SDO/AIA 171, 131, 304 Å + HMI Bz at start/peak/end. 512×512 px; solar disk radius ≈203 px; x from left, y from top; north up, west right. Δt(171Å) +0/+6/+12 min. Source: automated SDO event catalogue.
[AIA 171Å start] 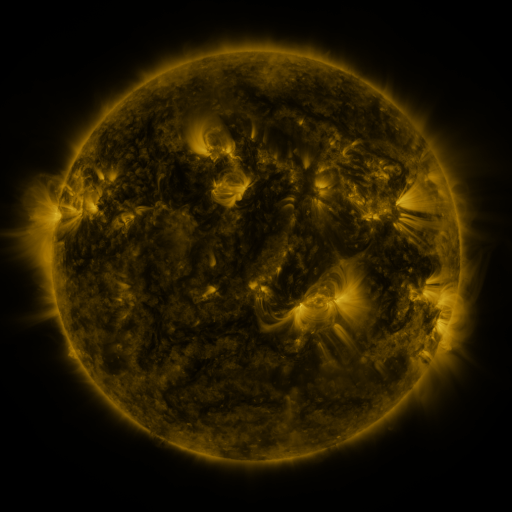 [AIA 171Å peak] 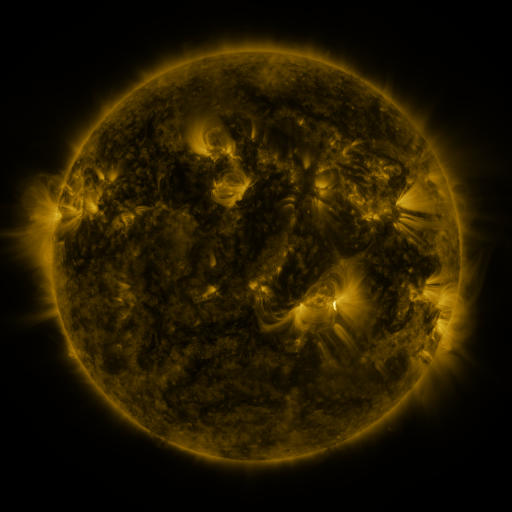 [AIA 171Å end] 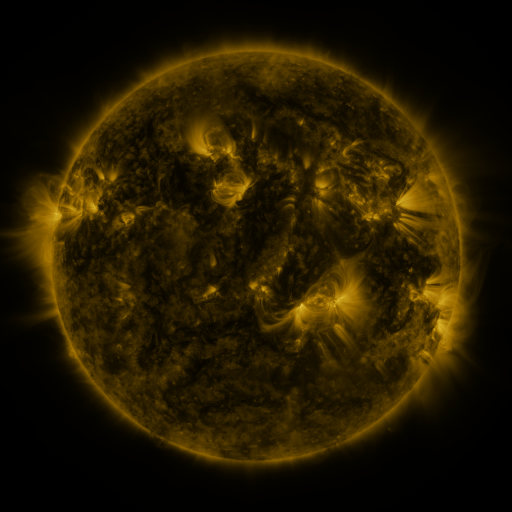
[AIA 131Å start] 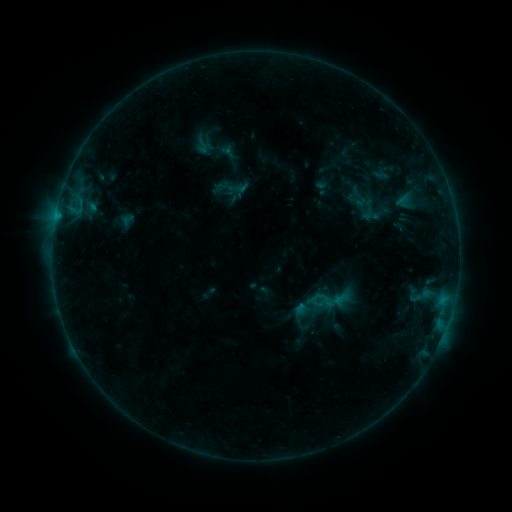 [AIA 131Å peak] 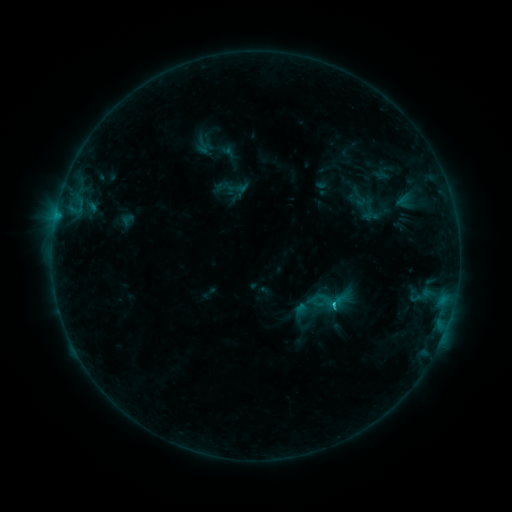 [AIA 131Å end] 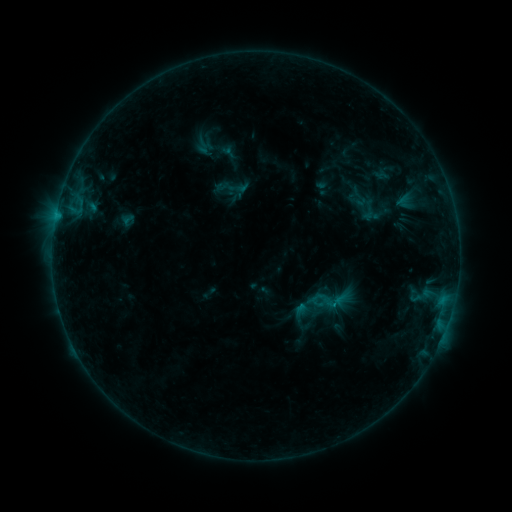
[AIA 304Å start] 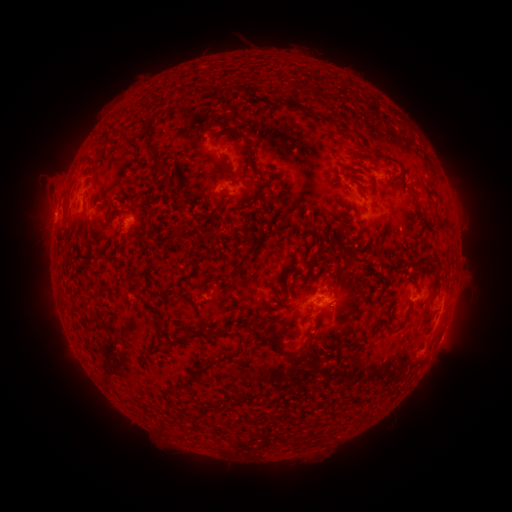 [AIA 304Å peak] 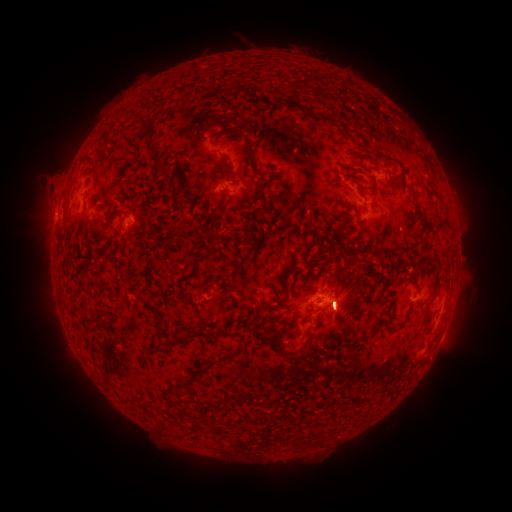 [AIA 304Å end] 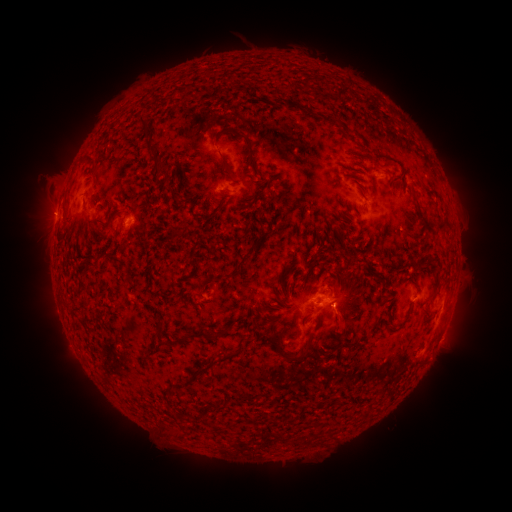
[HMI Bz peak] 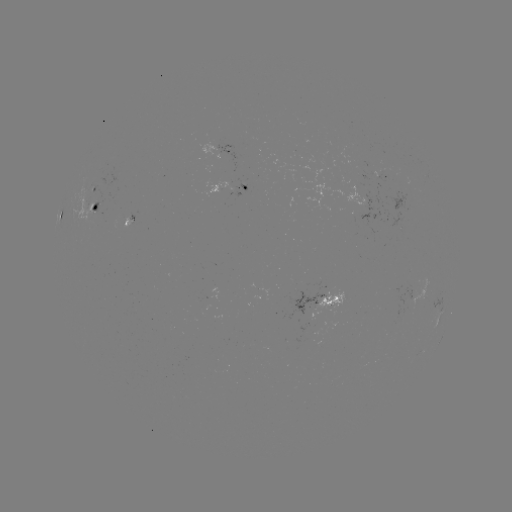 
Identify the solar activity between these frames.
B9.9 flare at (333, 303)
